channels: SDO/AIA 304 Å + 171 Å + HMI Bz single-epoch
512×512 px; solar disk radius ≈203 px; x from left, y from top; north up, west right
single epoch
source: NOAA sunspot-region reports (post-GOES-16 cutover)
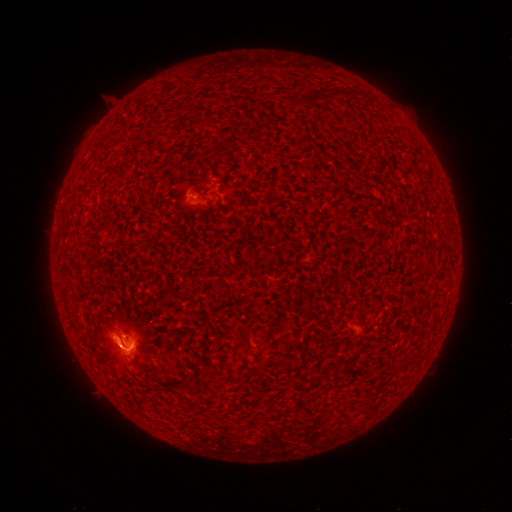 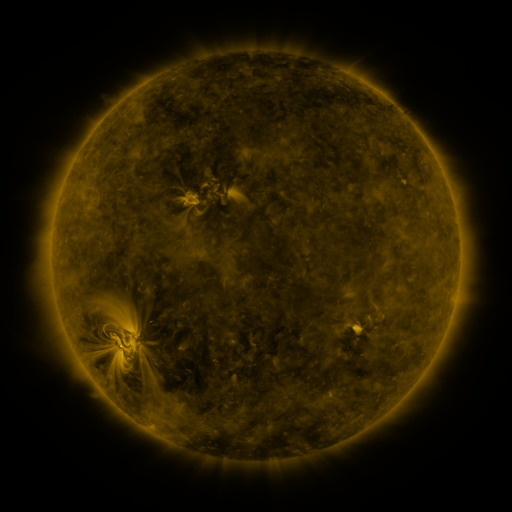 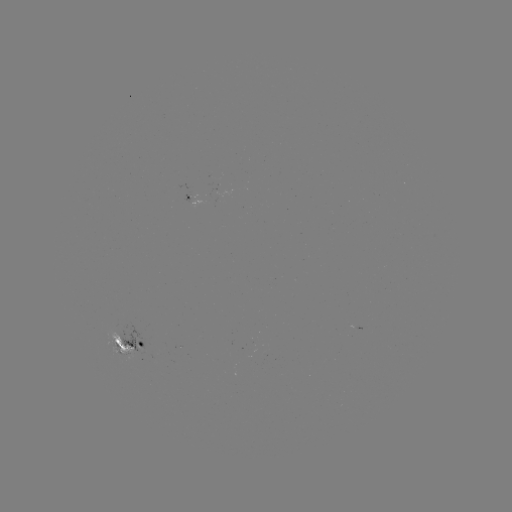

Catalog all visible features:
spotted active region: (206, 198)
spotted active region: (122, 347)
